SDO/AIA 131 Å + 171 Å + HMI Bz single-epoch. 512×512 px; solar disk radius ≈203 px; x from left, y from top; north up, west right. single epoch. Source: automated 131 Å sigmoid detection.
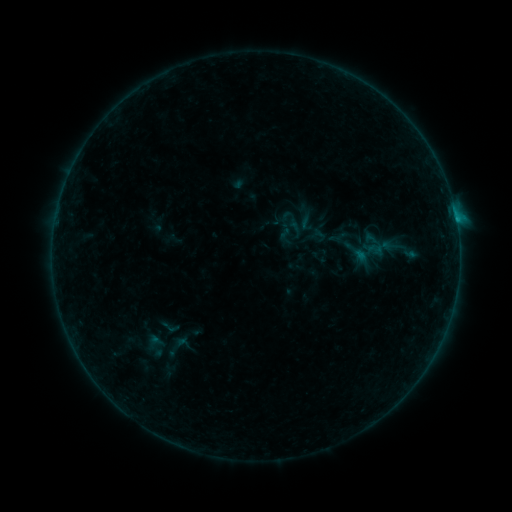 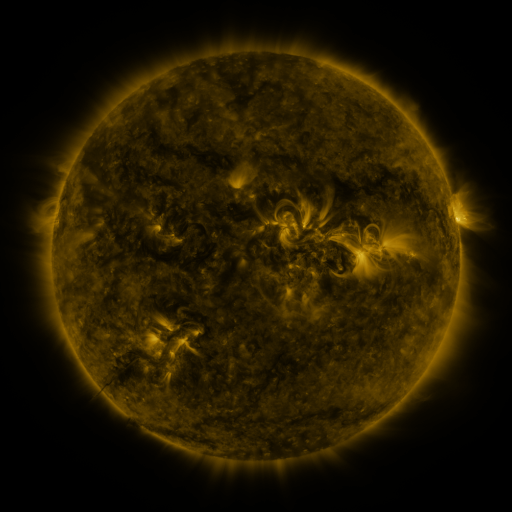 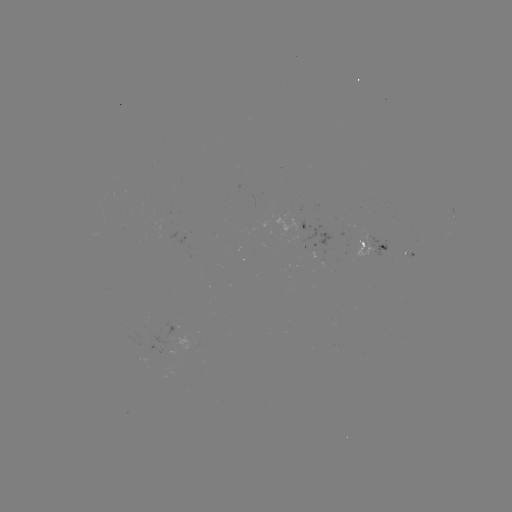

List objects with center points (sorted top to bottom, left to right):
sigmoid: (307, 222)
sigmoid: (319, 235)
